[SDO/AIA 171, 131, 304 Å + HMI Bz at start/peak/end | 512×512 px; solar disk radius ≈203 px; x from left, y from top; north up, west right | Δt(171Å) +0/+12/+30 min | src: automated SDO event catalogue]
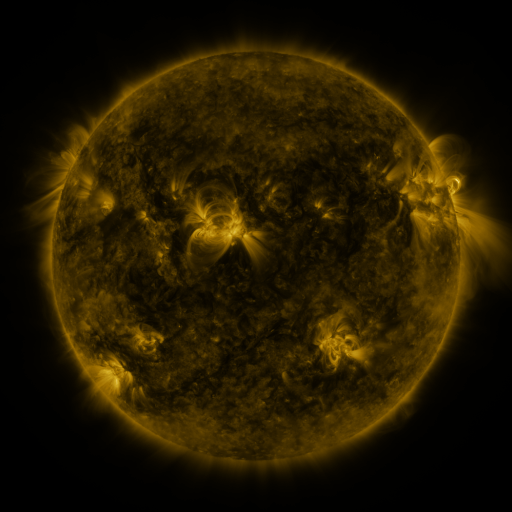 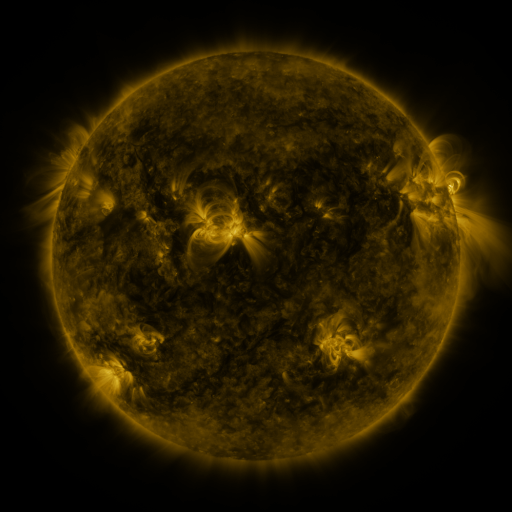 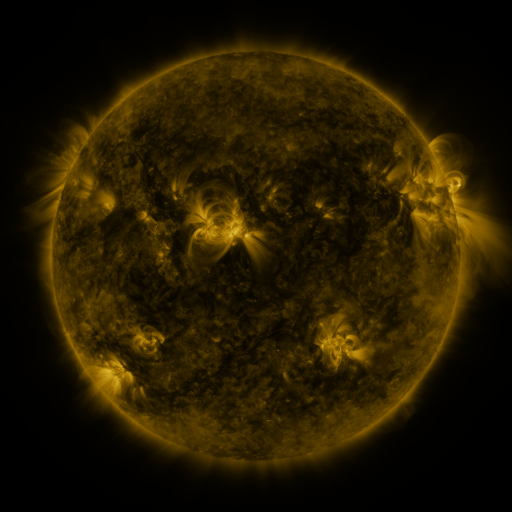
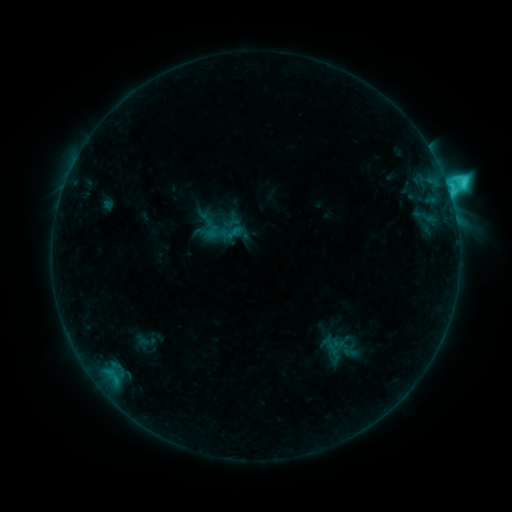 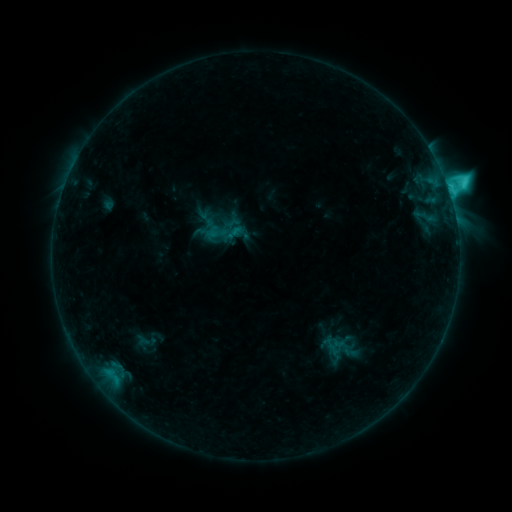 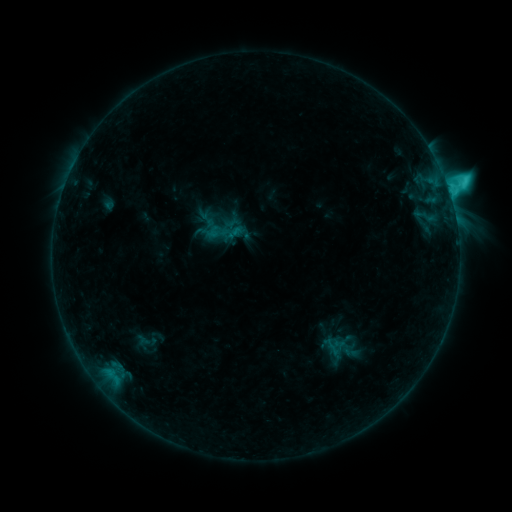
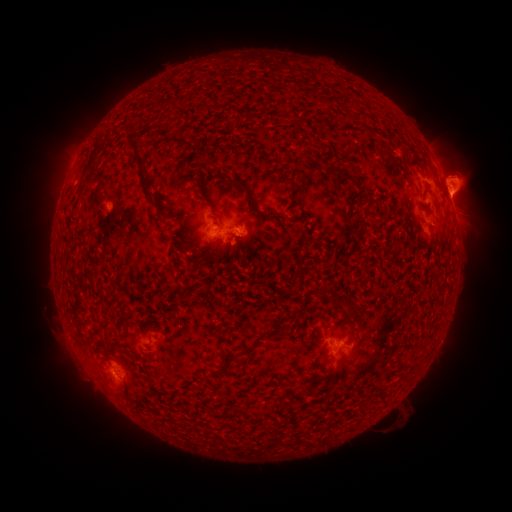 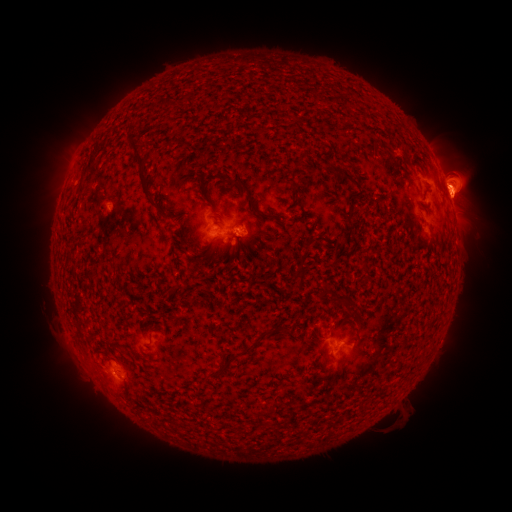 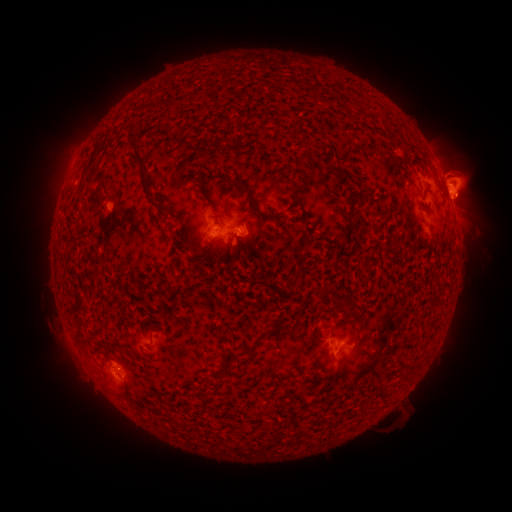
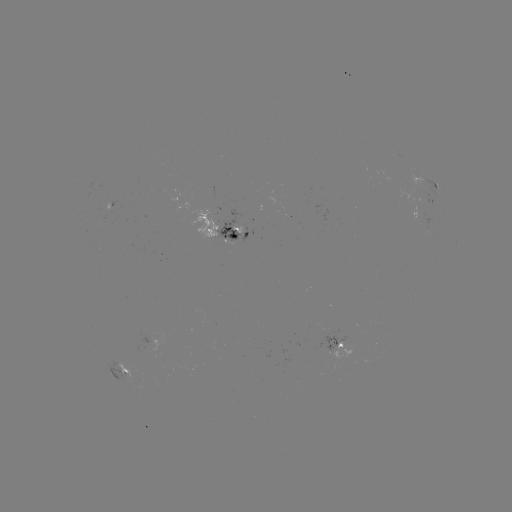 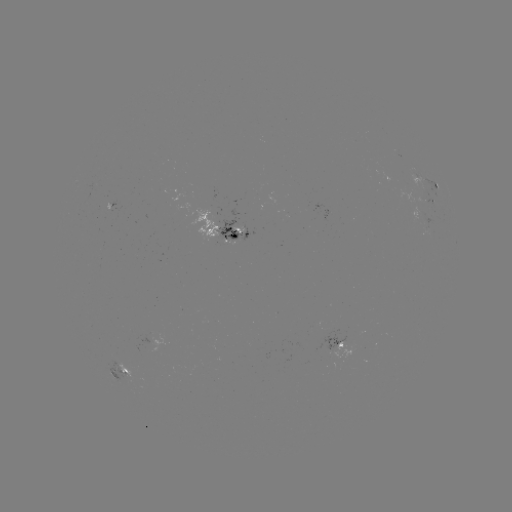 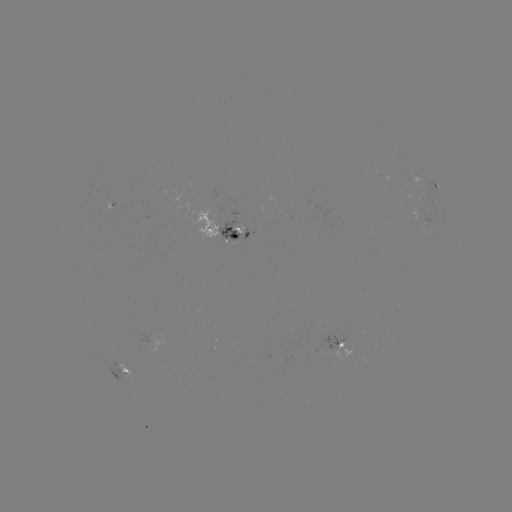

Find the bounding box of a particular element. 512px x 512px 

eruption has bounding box [424, 142, 498, 230].